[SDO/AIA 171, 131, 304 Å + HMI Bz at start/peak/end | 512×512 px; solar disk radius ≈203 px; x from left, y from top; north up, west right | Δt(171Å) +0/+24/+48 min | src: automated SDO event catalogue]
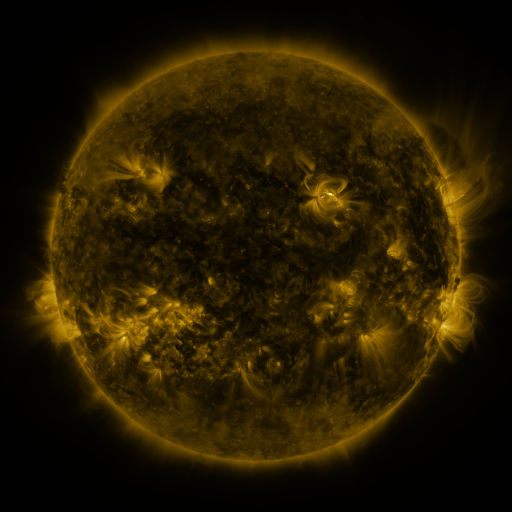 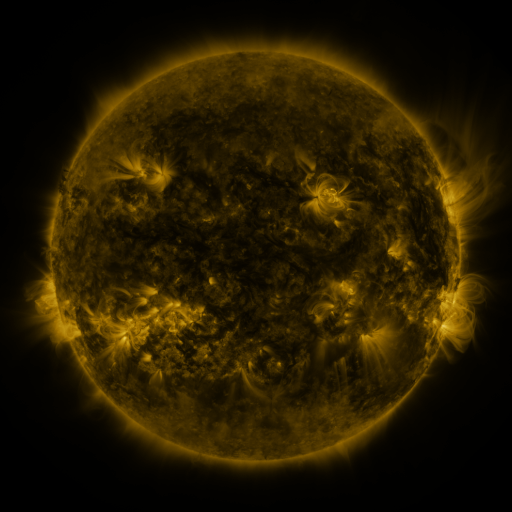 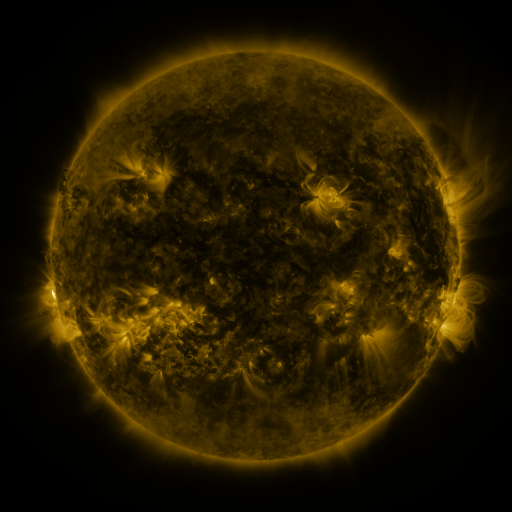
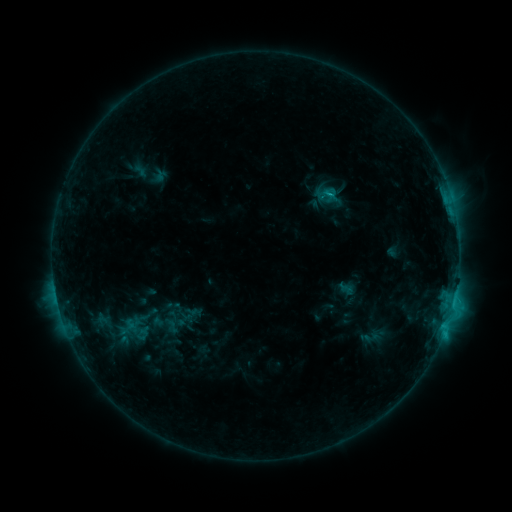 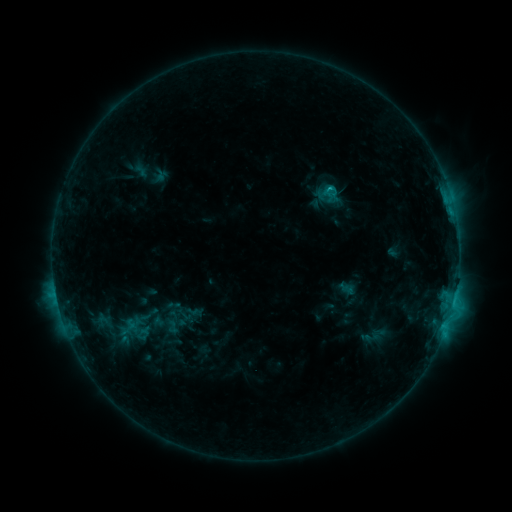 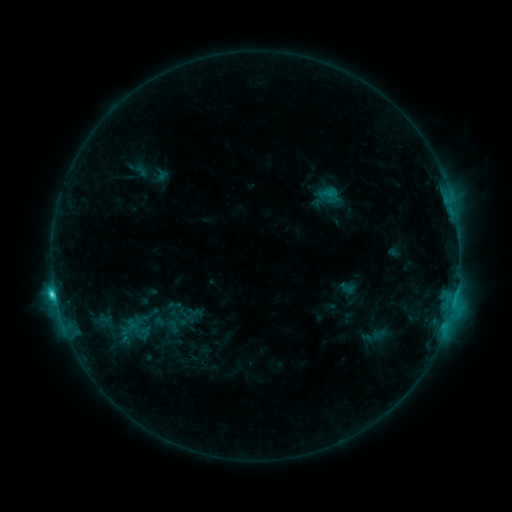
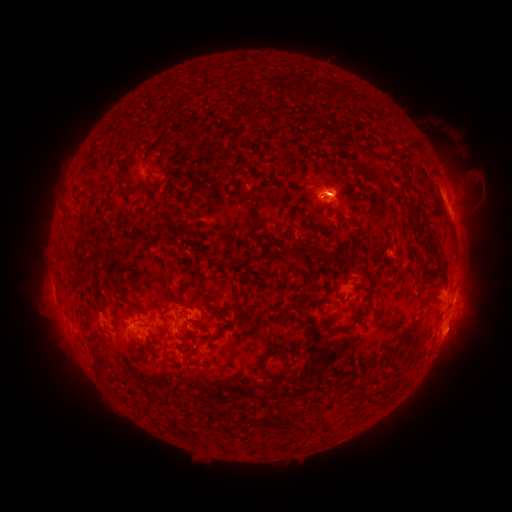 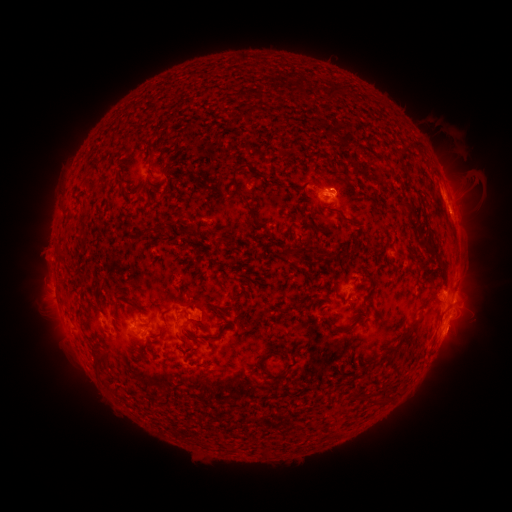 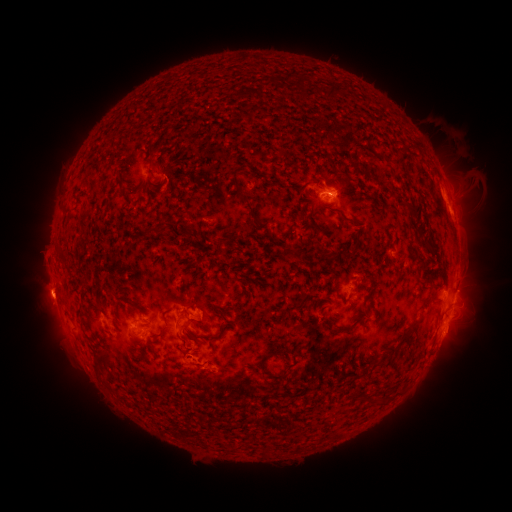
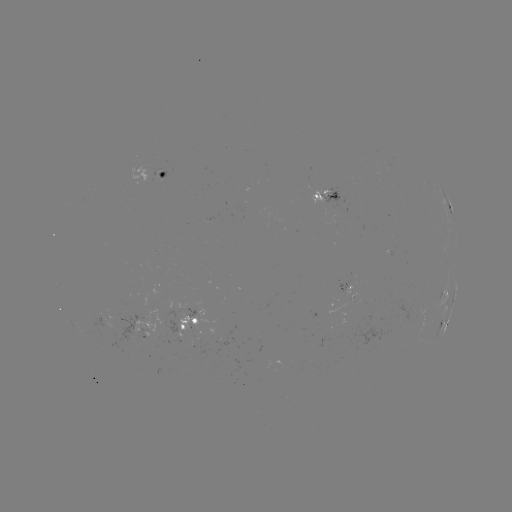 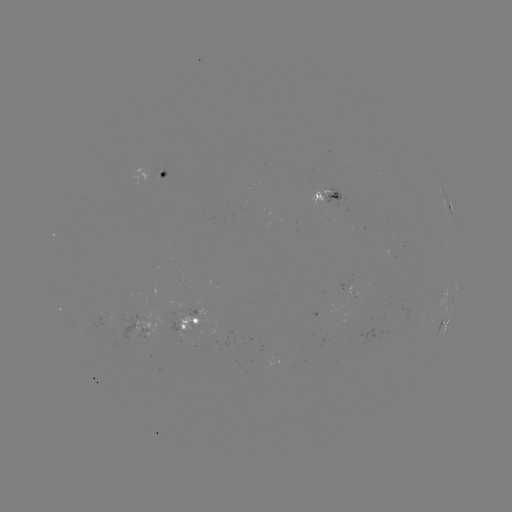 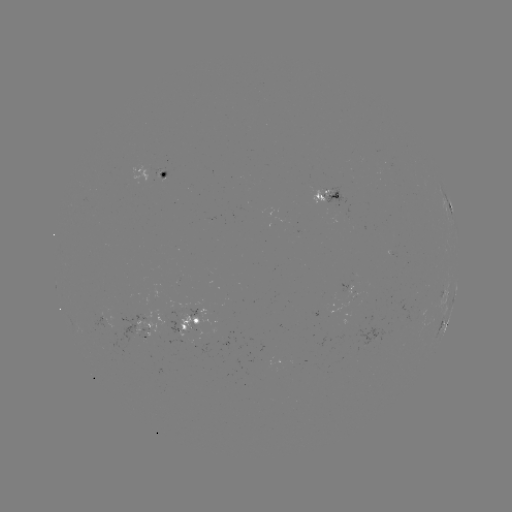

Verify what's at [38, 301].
filament eruption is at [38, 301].